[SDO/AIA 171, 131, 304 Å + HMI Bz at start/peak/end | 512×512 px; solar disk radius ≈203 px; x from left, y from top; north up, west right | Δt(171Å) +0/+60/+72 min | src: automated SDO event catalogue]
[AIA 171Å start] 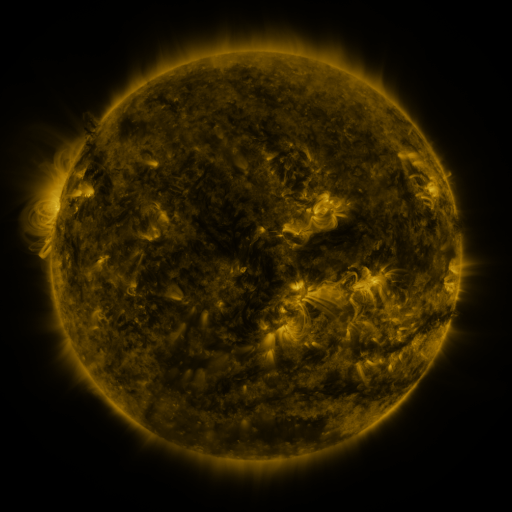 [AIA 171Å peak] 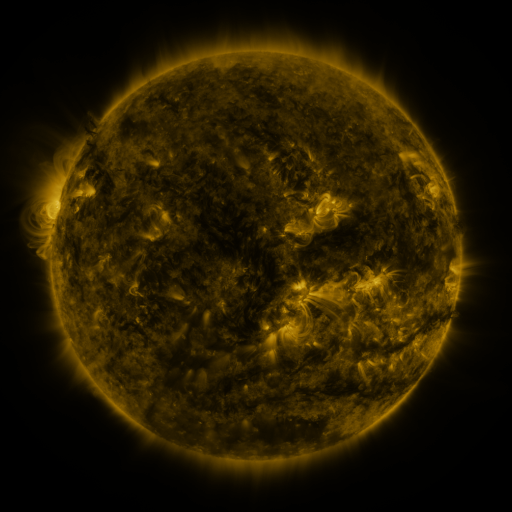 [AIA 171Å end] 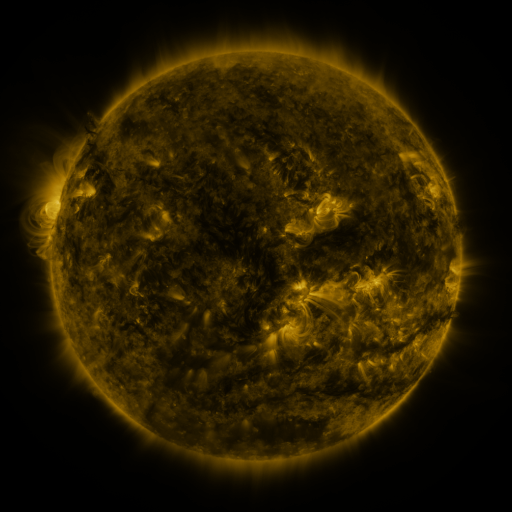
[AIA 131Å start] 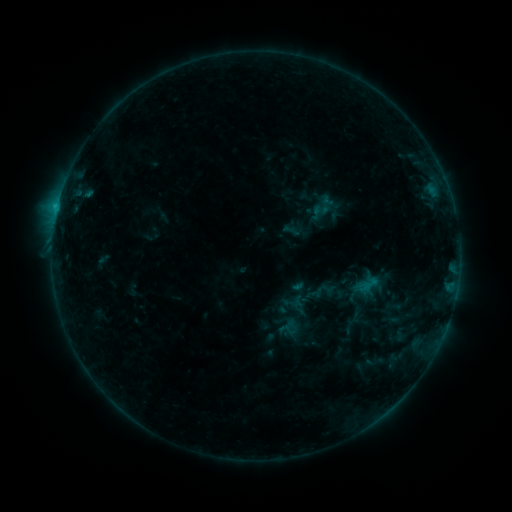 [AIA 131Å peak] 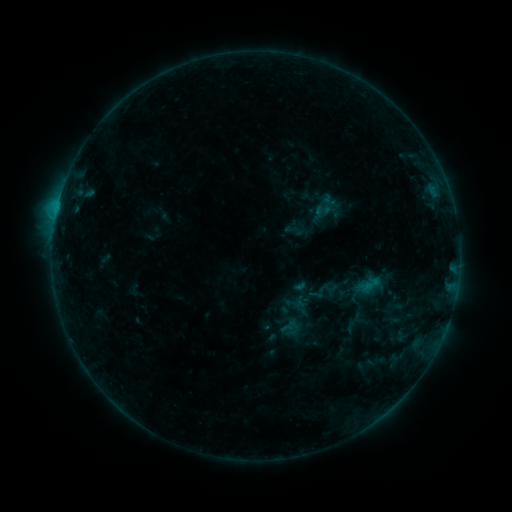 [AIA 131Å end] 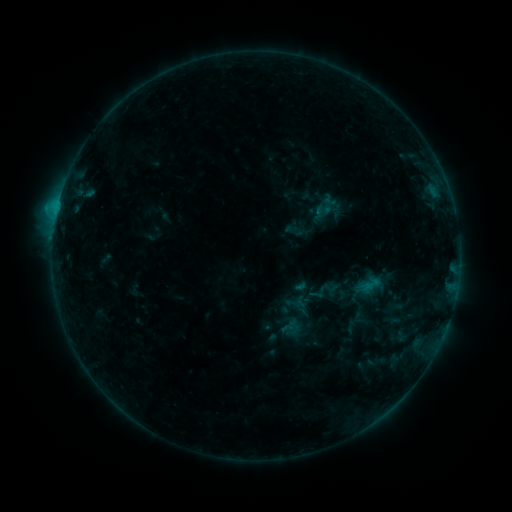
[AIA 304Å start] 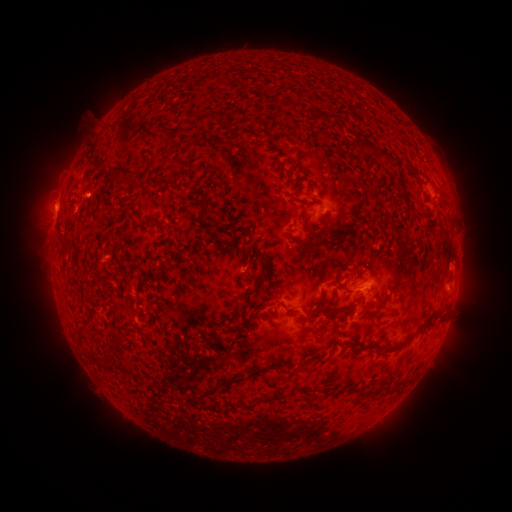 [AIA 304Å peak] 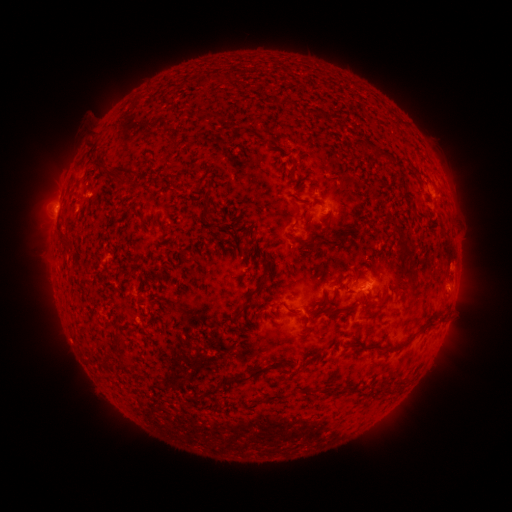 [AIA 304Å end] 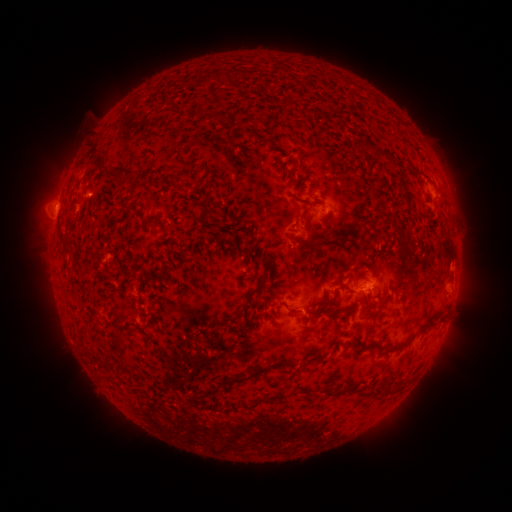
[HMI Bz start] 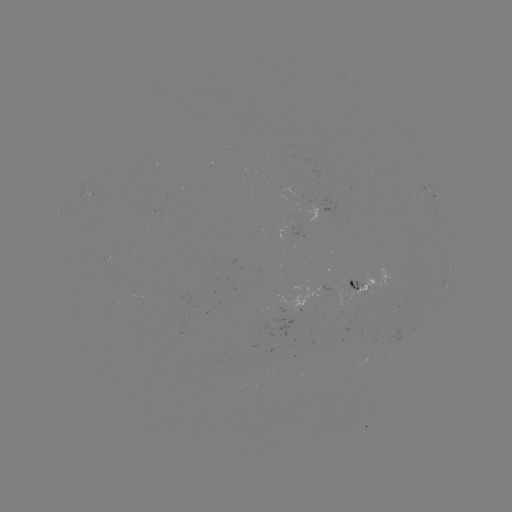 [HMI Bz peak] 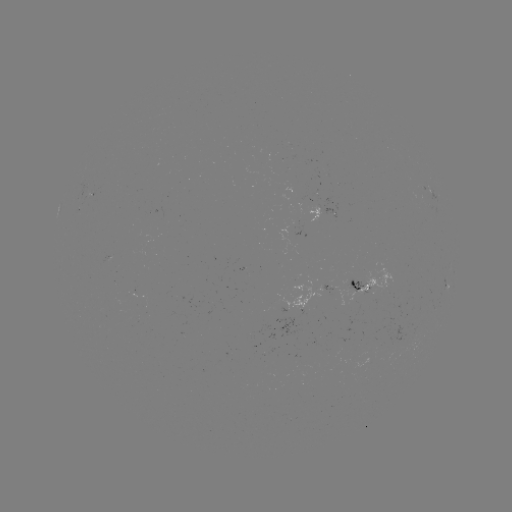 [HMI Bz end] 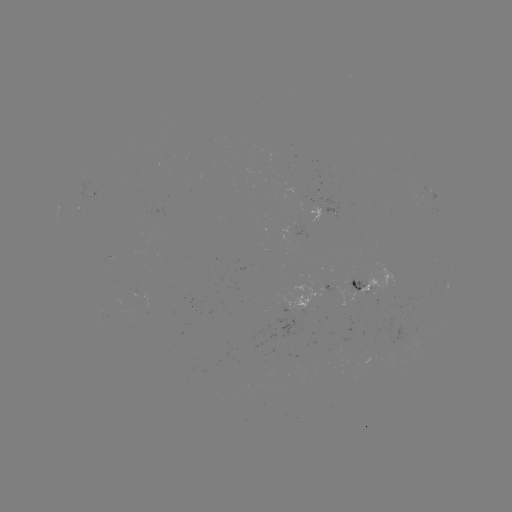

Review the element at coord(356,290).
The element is emerging-flux region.